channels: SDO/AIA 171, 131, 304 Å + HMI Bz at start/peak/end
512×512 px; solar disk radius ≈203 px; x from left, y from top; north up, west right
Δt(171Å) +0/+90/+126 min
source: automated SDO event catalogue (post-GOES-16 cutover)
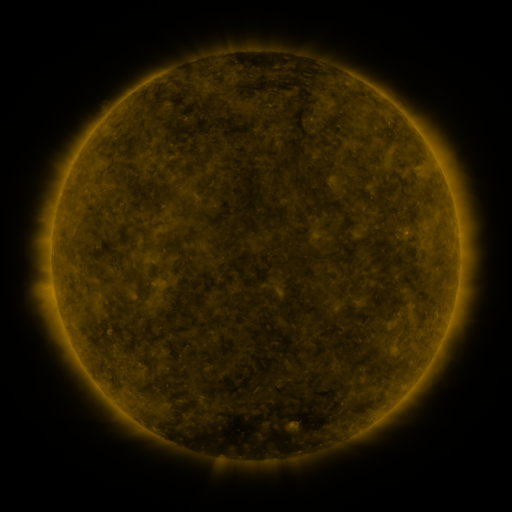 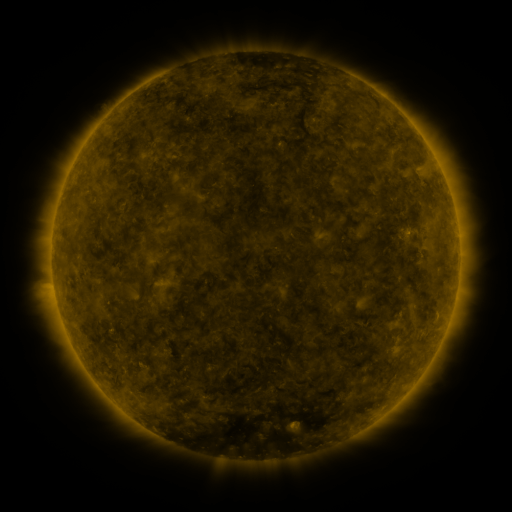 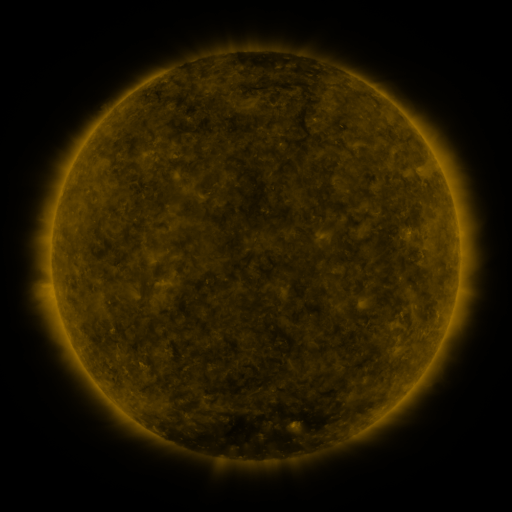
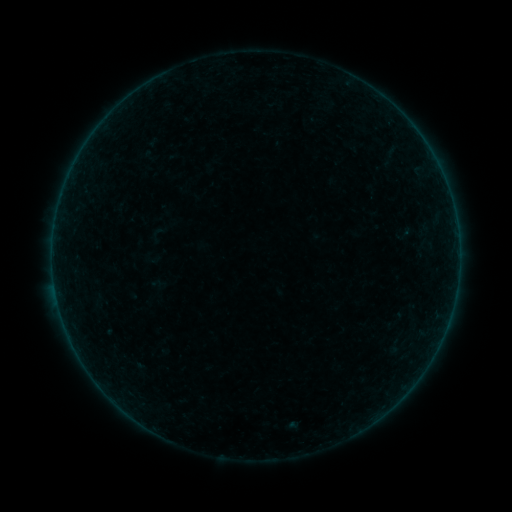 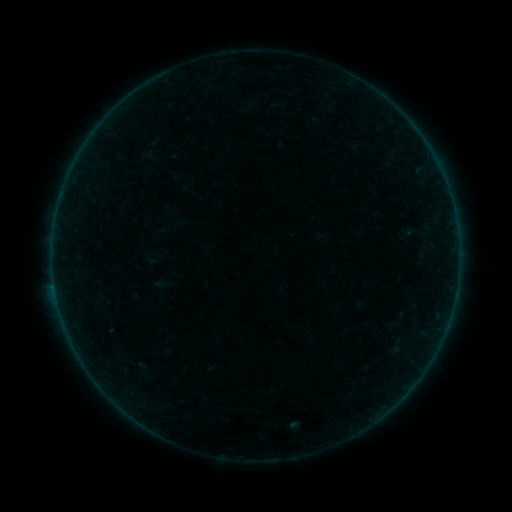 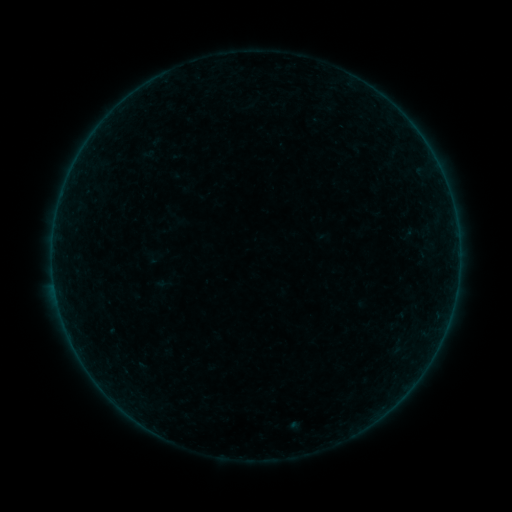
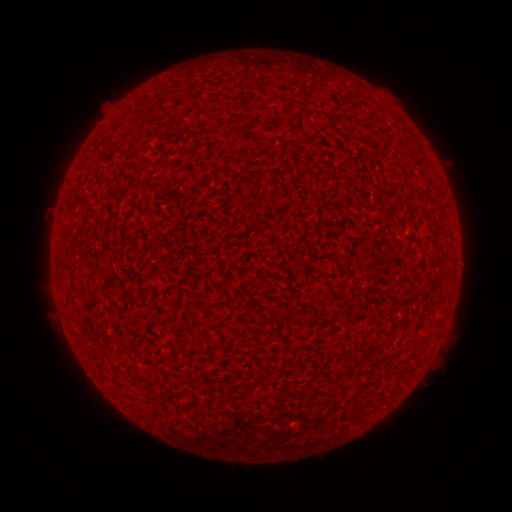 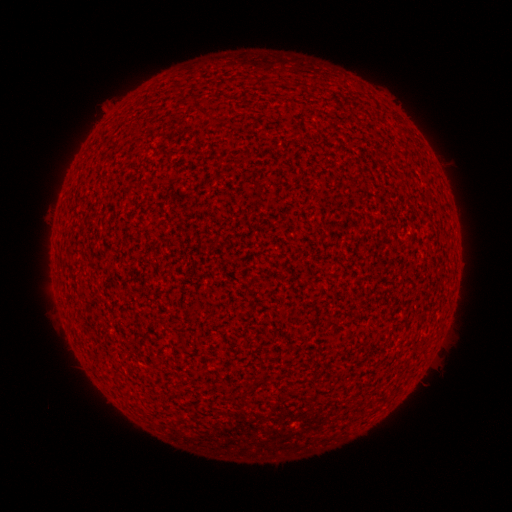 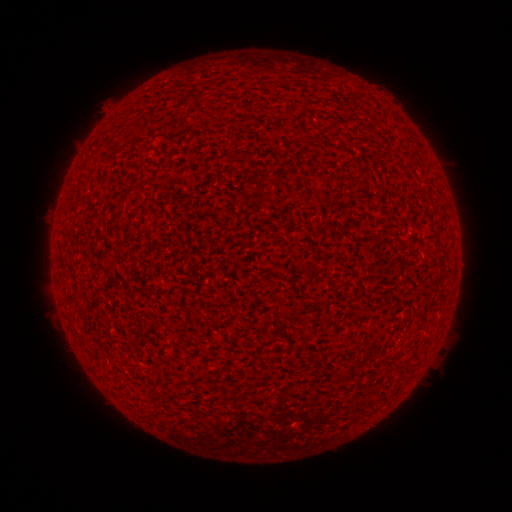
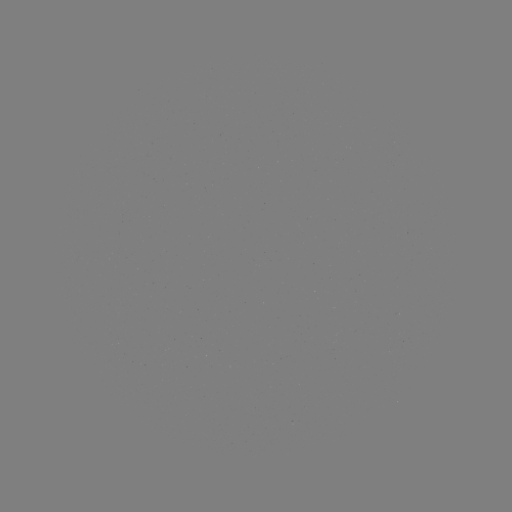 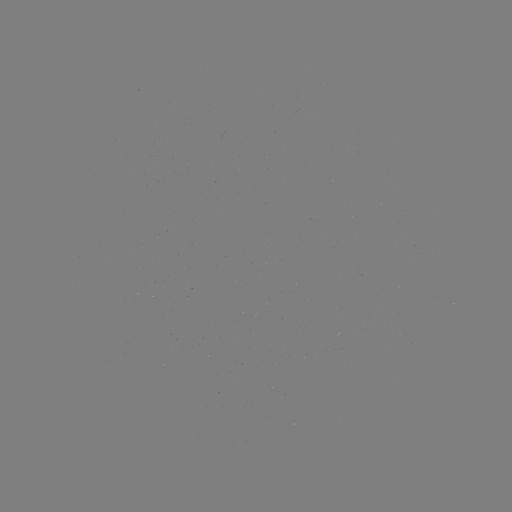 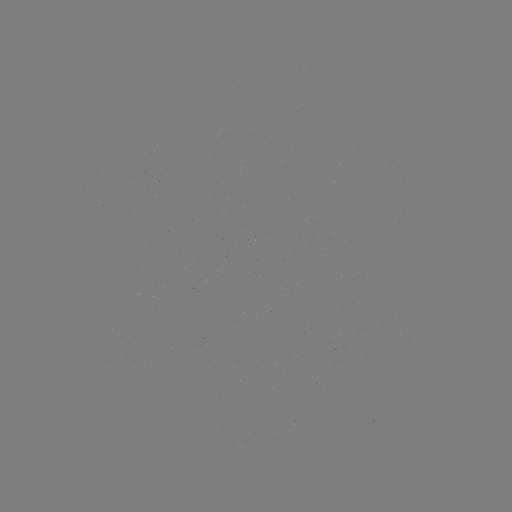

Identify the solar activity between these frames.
A2.3 flare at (54, 283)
